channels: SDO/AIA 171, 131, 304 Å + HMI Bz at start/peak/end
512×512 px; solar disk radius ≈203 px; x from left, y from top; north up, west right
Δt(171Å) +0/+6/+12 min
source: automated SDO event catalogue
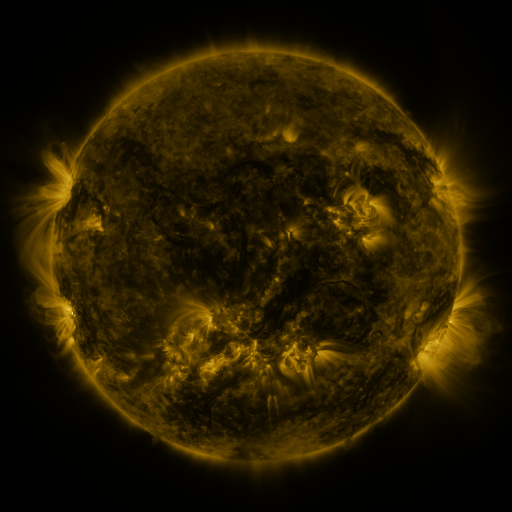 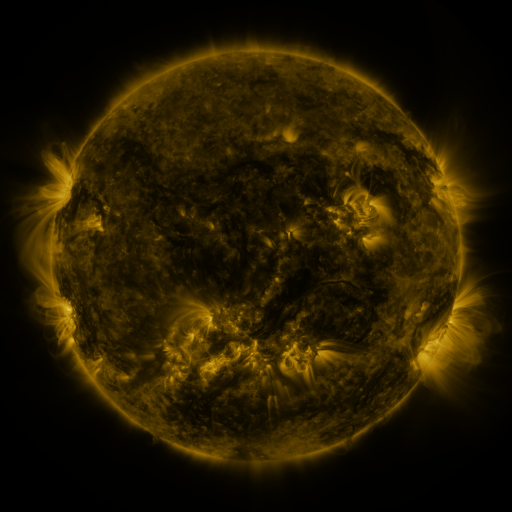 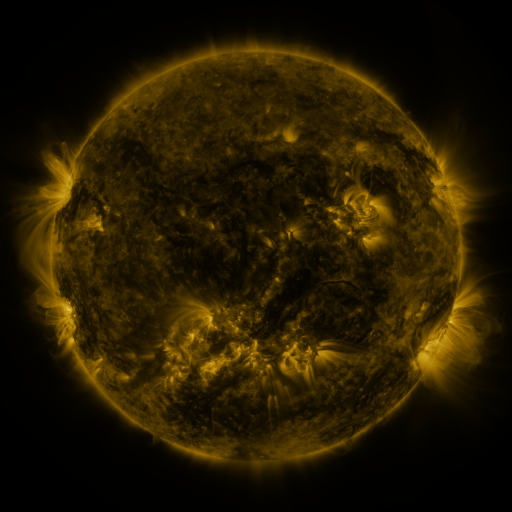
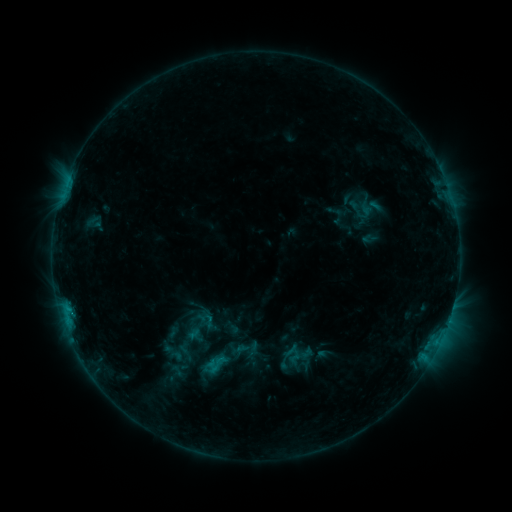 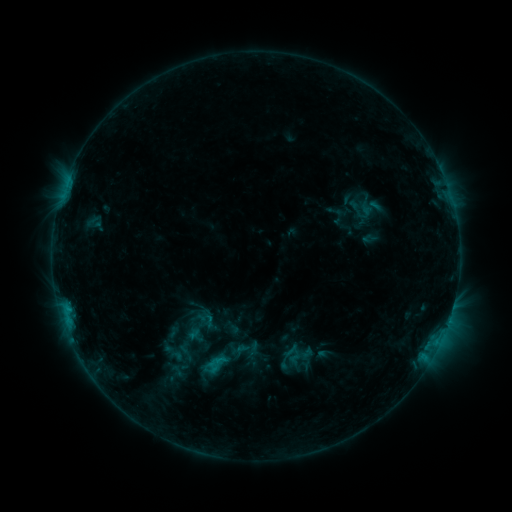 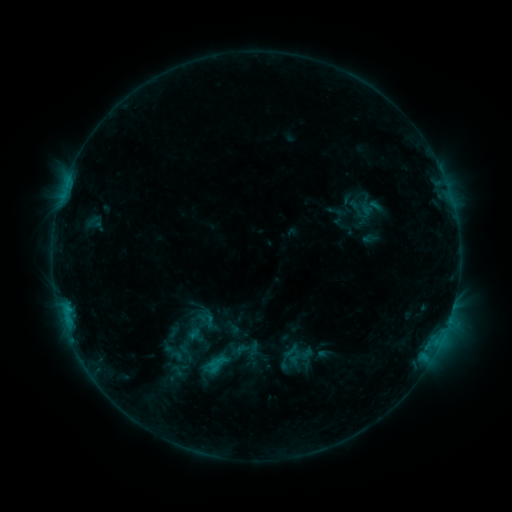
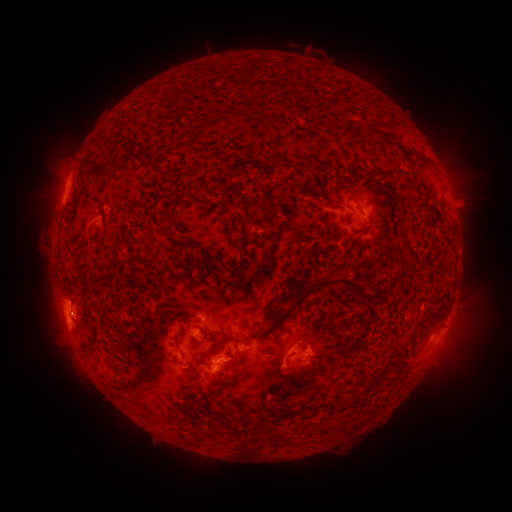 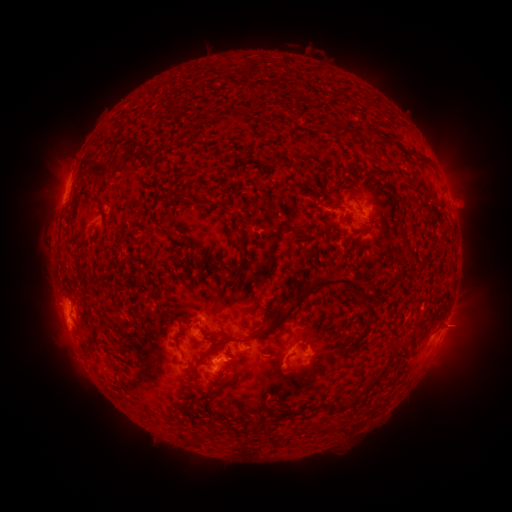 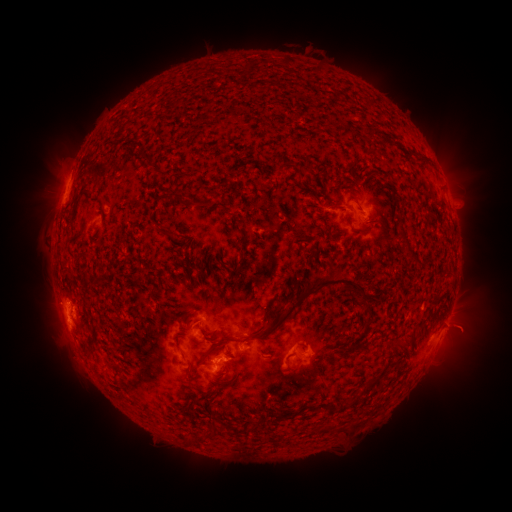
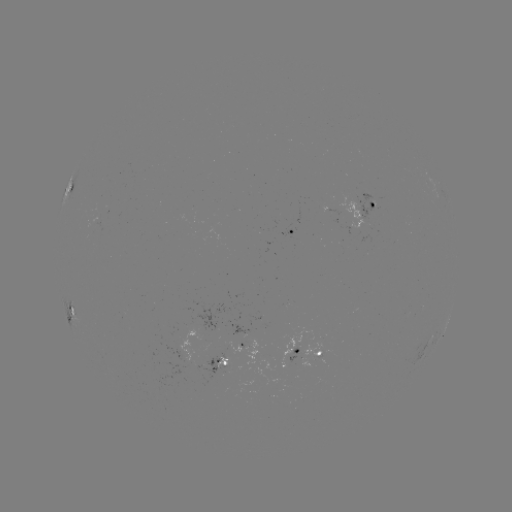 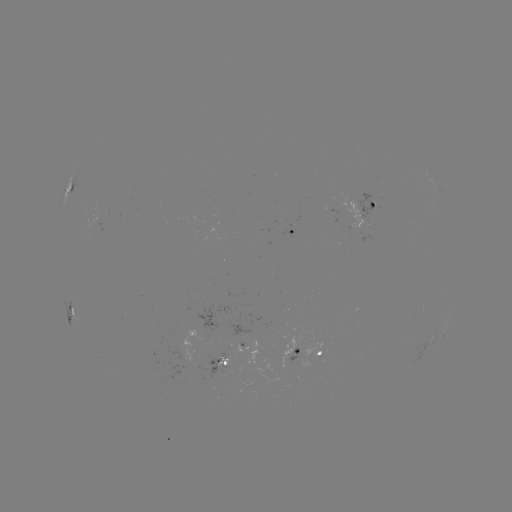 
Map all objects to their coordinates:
eruption: (468, 327)
